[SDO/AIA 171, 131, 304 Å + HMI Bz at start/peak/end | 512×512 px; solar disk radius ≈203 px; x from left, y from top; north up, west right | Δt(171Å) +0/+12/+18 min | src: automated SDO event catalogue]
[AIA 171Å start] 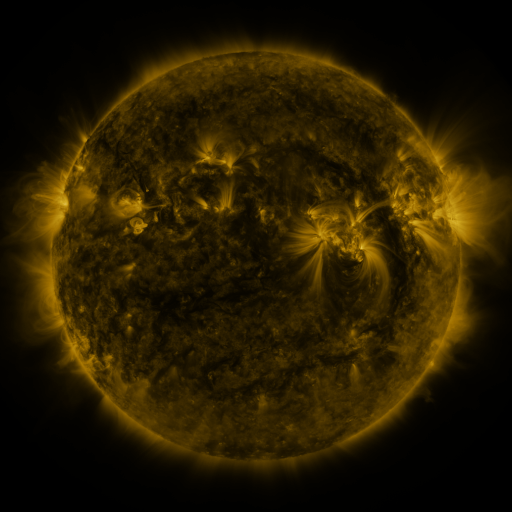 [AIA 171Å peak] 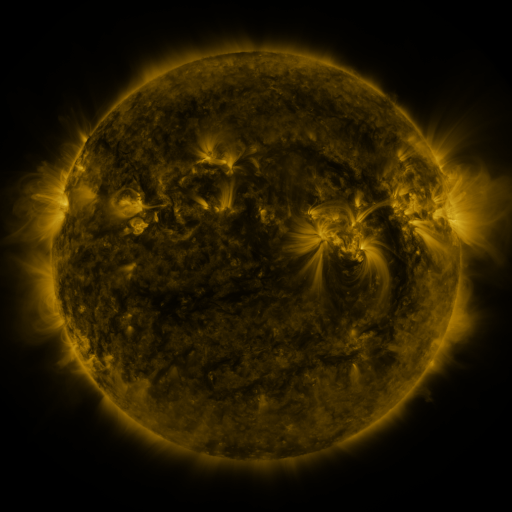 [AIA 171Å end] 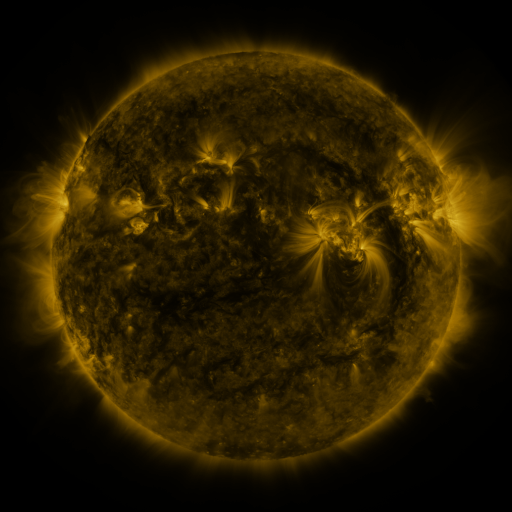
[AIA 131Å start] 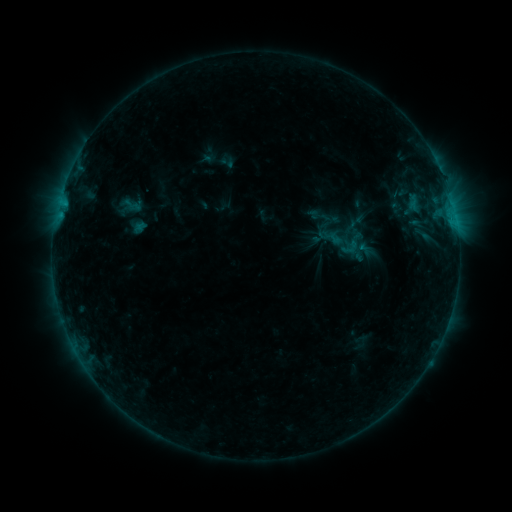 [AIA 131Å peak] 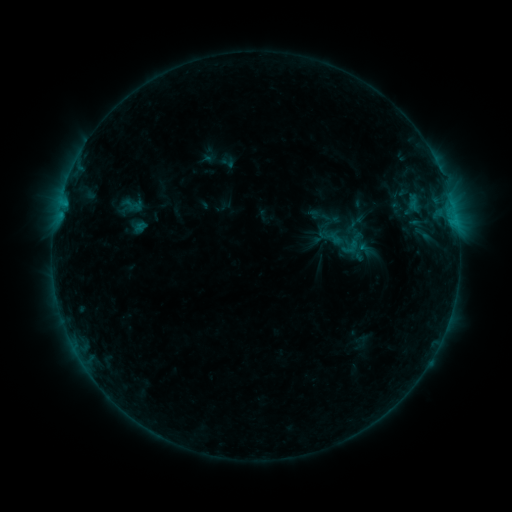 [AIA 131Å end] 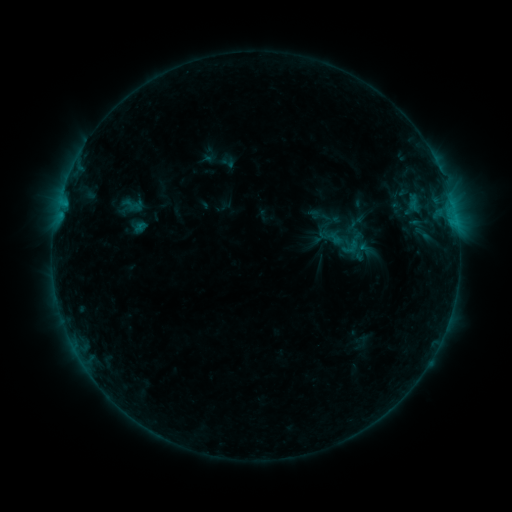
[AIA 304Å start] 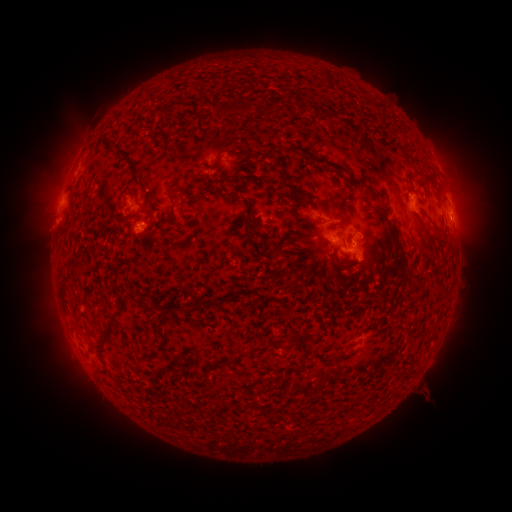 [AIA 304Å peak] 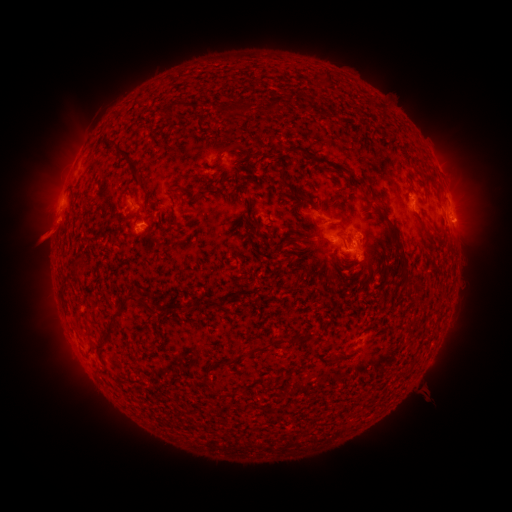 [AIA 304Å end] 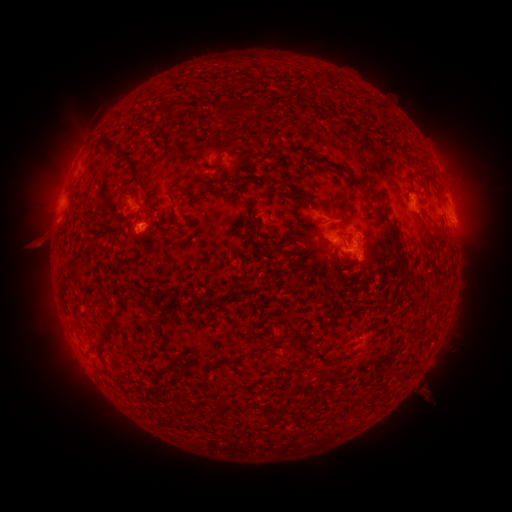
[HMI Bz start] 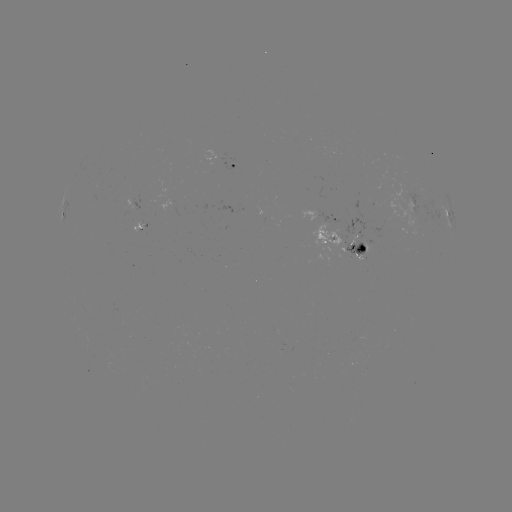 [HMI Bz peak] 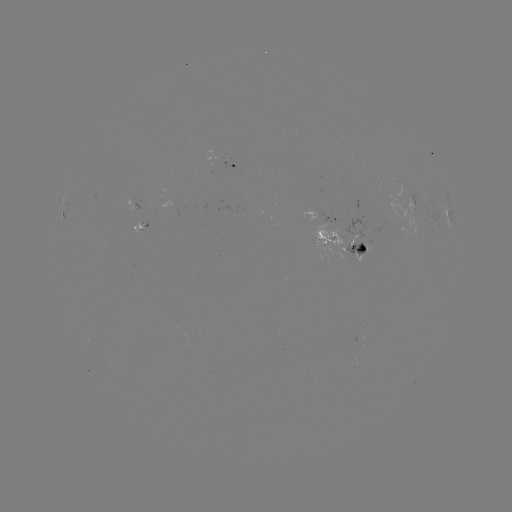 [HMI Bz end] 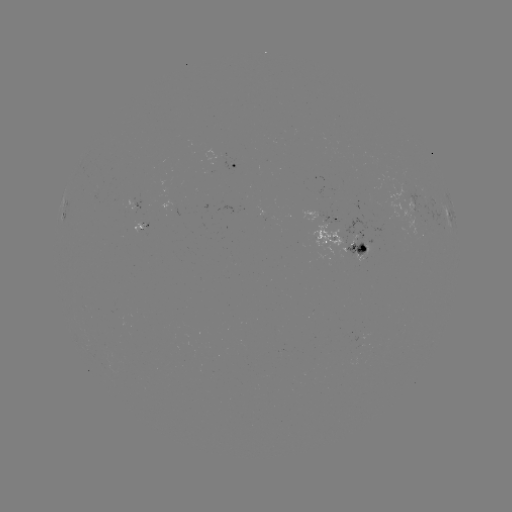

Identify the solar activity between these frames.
eruption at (43, 236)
